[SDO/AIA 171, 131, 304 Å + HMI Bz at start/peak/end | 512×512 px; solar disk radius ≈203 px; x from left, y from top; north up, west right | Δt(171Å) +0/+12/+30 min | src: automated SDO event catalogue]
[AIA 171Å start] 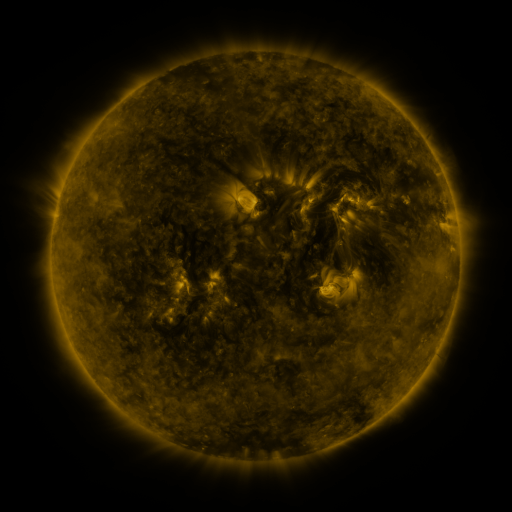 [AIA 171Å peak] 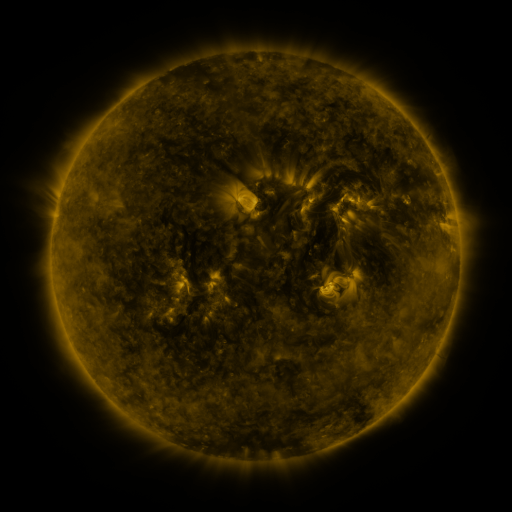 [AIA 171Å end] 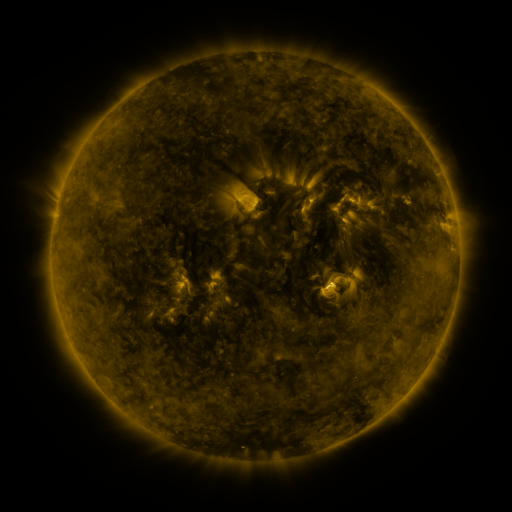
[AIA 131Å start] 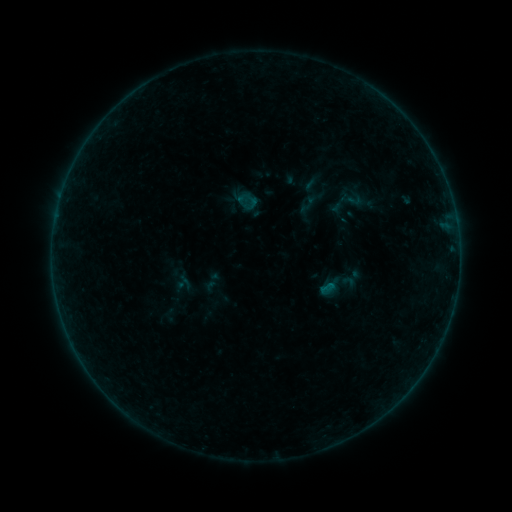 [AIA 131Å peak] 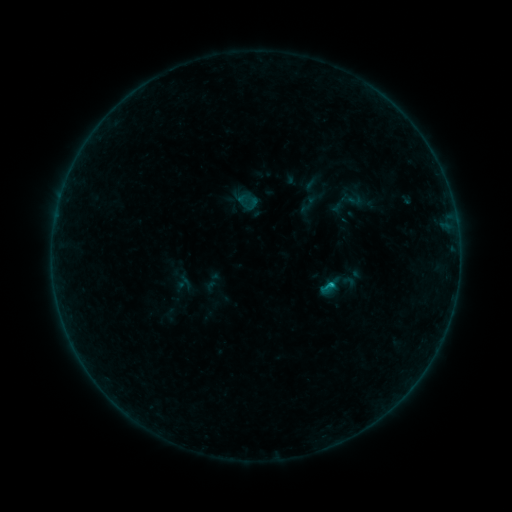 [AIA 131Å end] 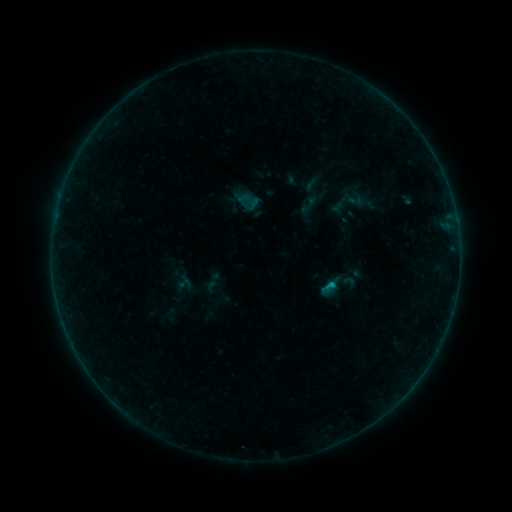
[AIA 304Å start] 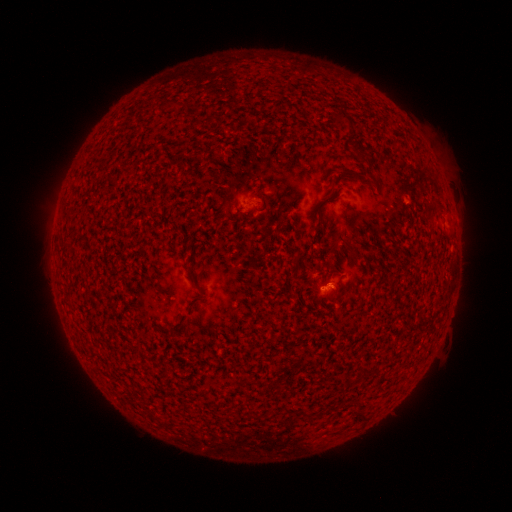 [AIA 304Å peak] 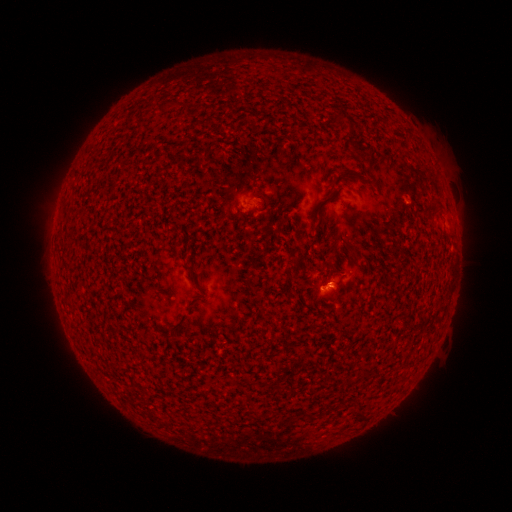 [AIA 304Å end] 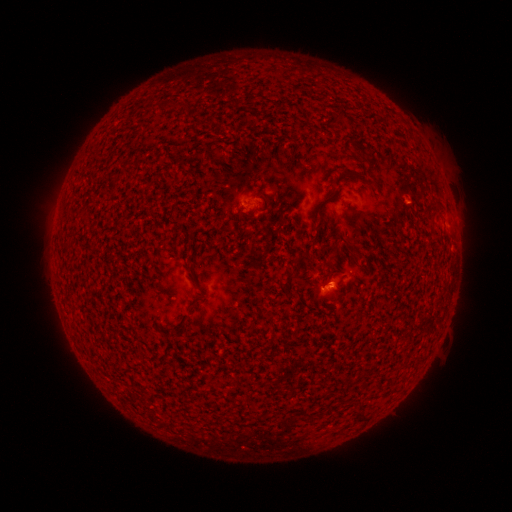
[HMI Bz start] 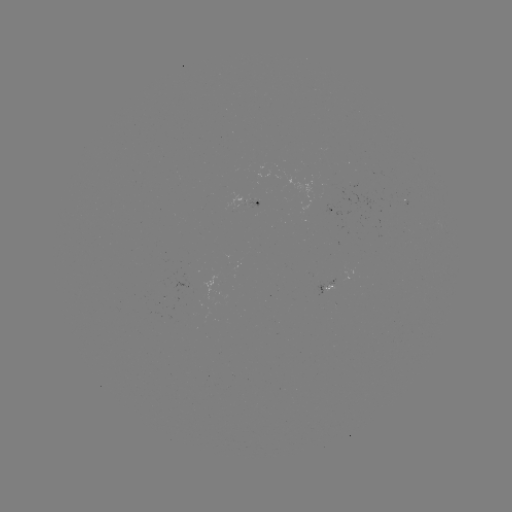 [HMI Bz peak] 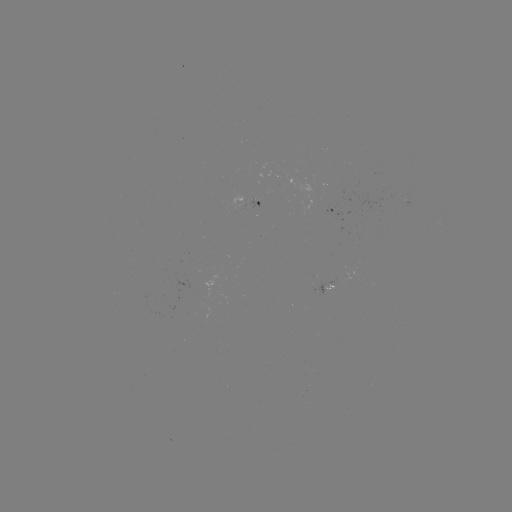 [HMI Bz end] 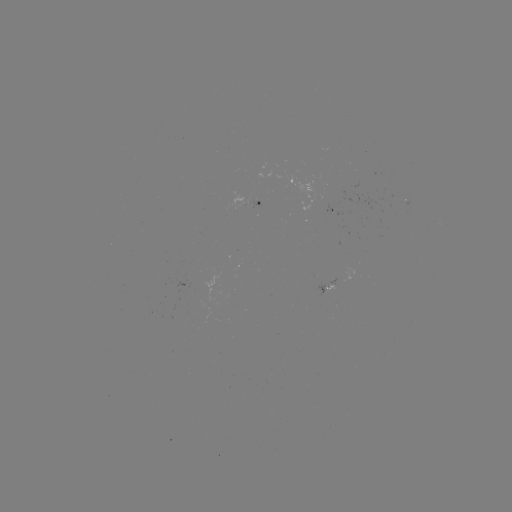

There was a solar flare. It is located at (331, 282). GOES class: B4.4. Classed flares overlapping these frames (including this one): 1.